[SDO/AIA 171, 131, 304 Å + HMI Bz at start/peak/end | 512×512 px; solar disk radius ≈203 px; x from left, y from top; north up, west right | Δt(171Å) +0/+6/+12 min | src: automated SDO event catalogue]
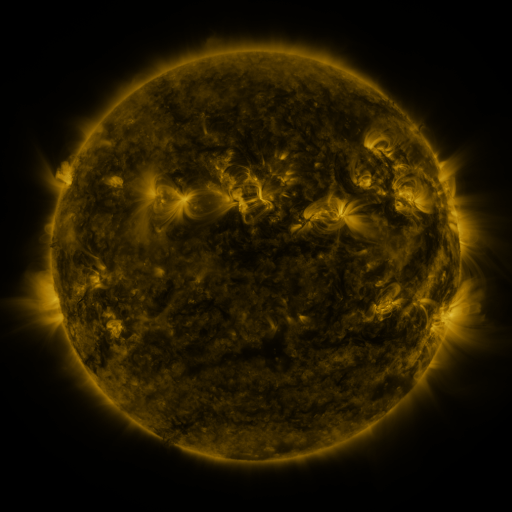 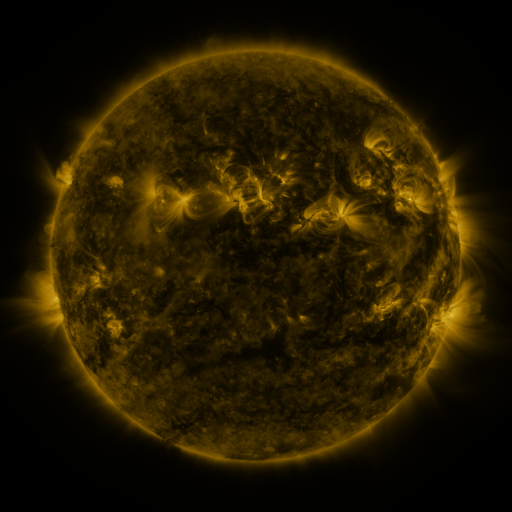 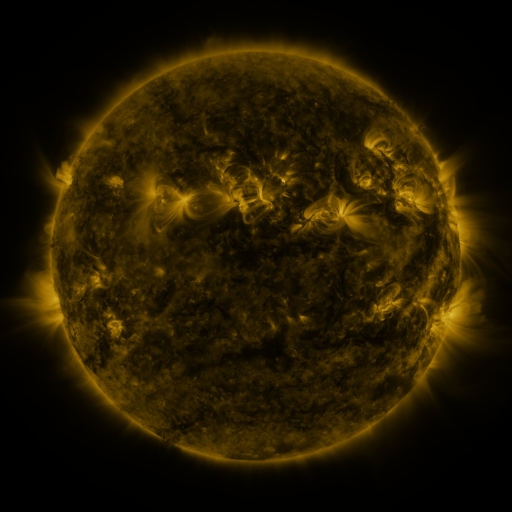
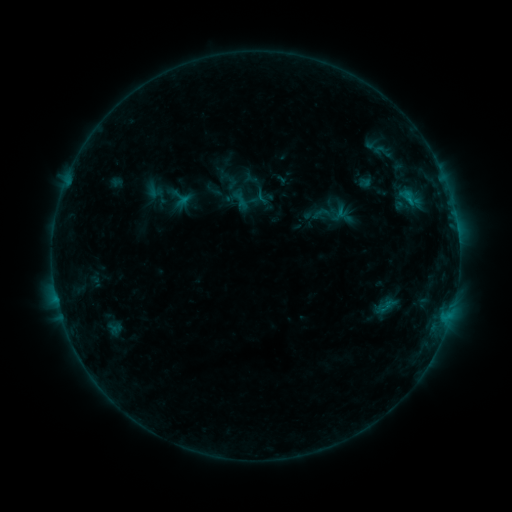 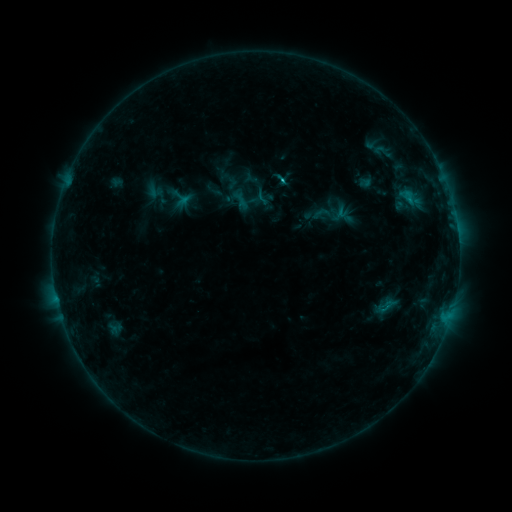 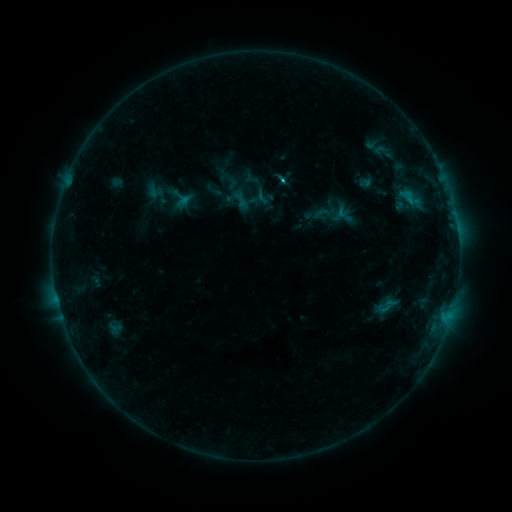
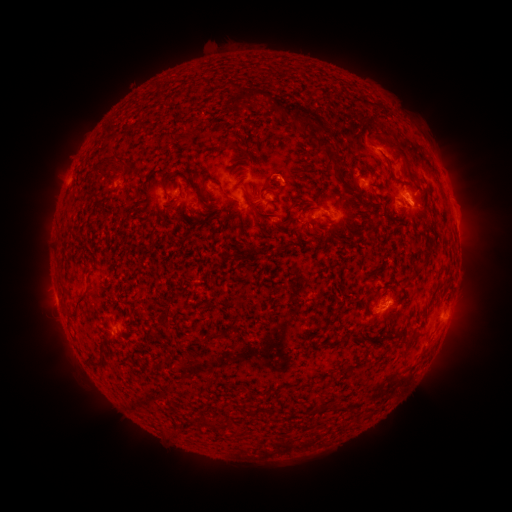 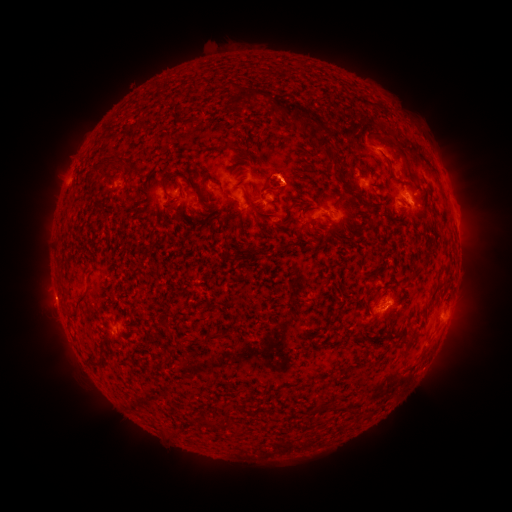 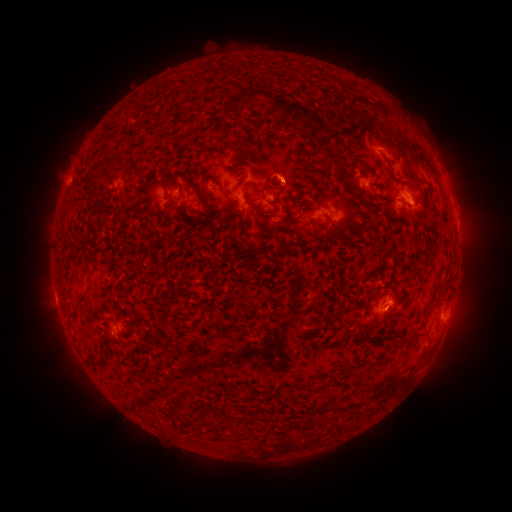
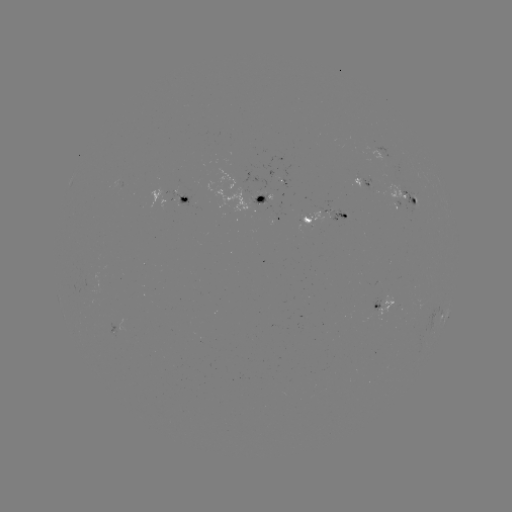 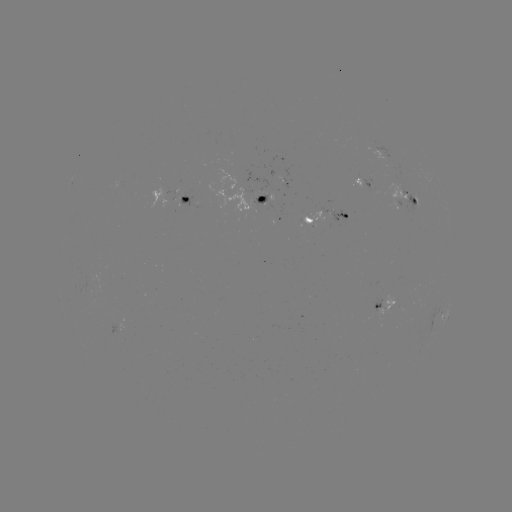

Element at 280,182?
B9.2 flare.